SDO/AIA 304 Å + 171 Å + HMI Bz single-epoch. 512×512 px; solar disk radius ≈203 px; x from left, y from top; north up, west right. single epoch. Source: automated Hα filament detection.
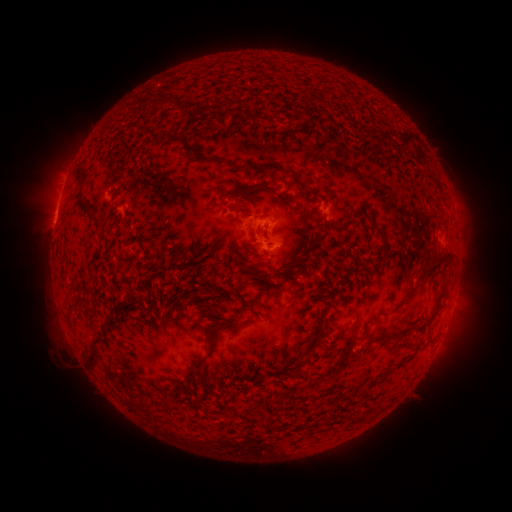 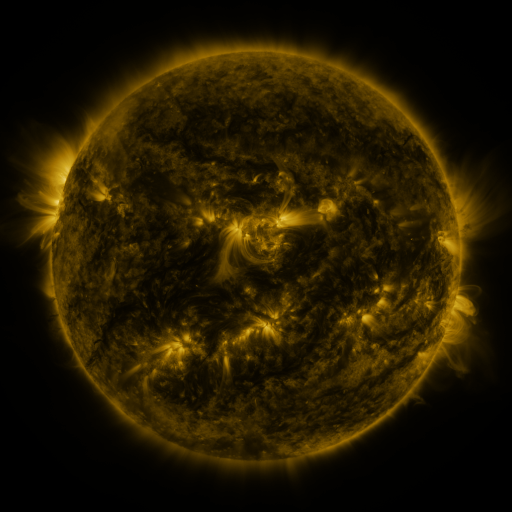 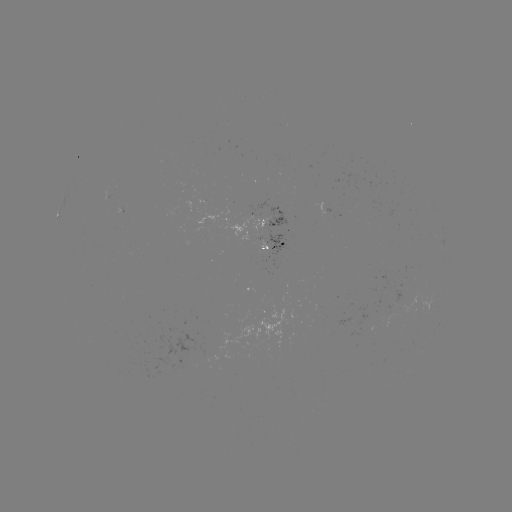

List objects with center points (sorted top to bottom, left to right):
filament: (252, 113, 271, 122)
filament: (160, 130, 170, 138)
filament: (386, 133, 416, 150)
filament: (77, 163, 94, 213)
filament: (260, 183, 271, 192)
filament: (232, 196, 252, 217)
filament: (324, 220, 347, 230)
filament: (374, 229, 389, 257)
filament: (417, 253, 454, 285)
filament: (126, 294, 134, 303)
filament: (316, 307, 325, 320)
filament: (380, 313, 389, 318)
filament: (99, 317, 111, 328)
filament: (85, 334, 105, 366)
filament: (190, 339, 216, 370)
filament: (394, 343, 406, 350)
filament: (297, 359, 306, 371)
filament: (160, 393, 168, 408)
filament: (332, 394, 341, 402)
